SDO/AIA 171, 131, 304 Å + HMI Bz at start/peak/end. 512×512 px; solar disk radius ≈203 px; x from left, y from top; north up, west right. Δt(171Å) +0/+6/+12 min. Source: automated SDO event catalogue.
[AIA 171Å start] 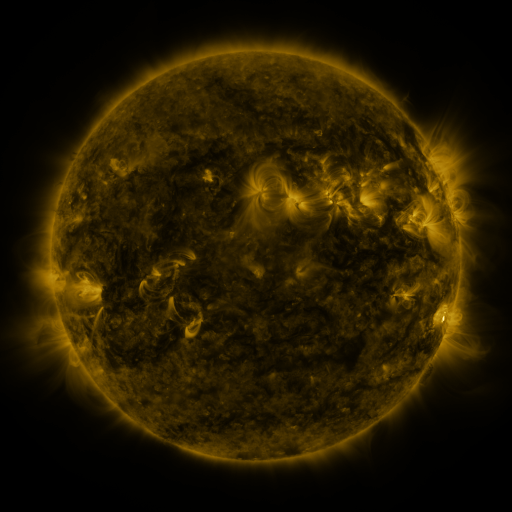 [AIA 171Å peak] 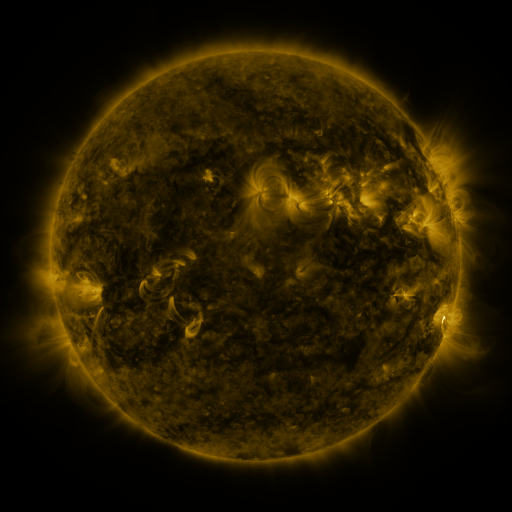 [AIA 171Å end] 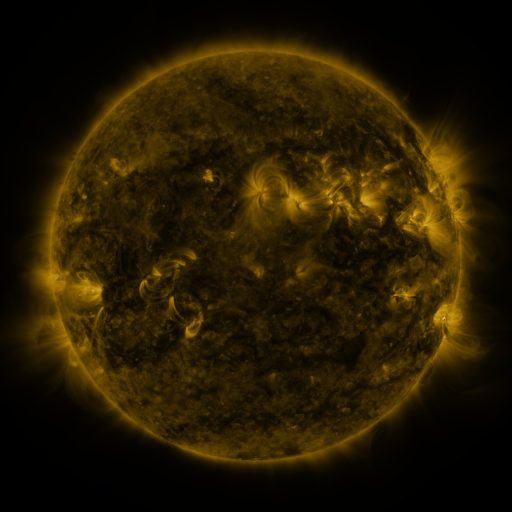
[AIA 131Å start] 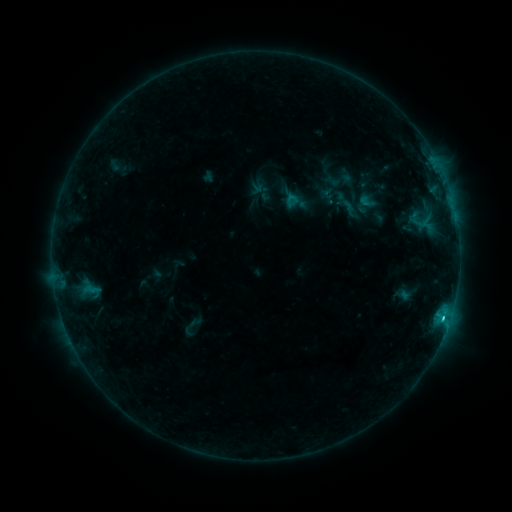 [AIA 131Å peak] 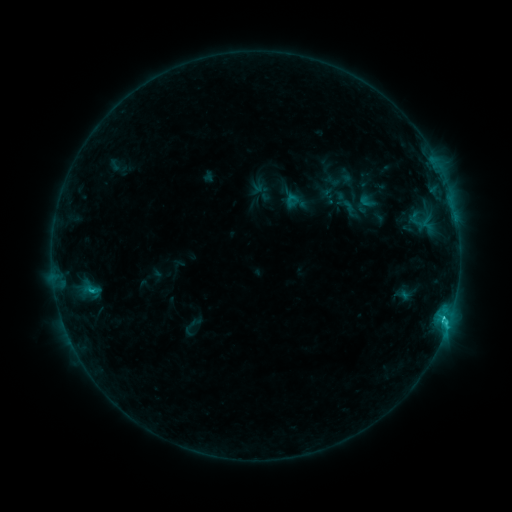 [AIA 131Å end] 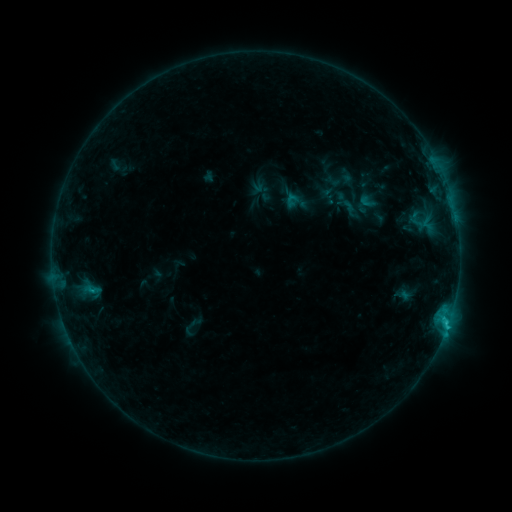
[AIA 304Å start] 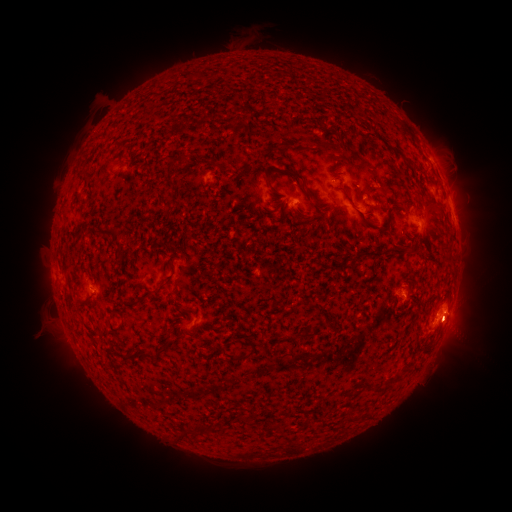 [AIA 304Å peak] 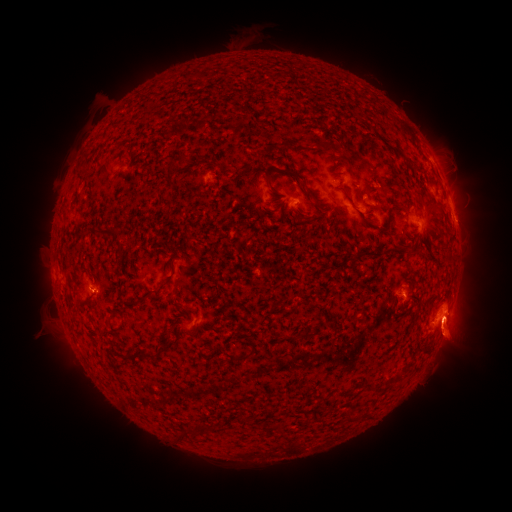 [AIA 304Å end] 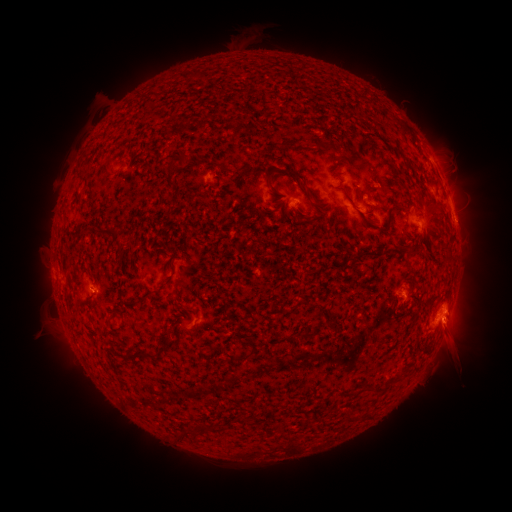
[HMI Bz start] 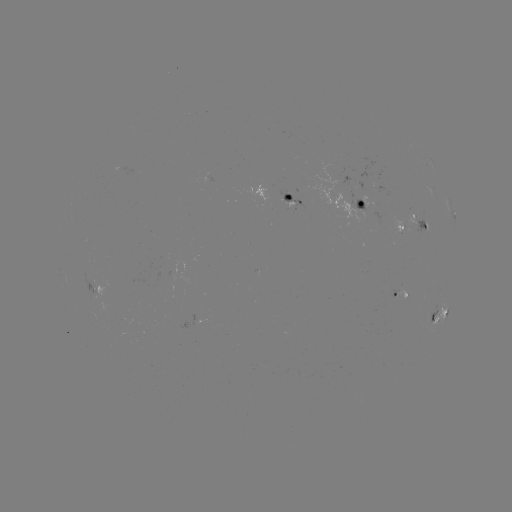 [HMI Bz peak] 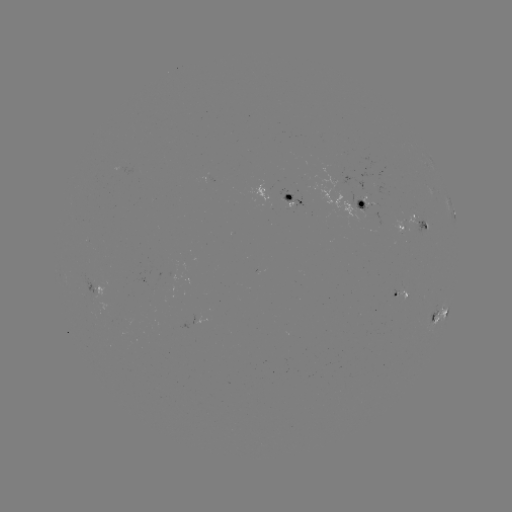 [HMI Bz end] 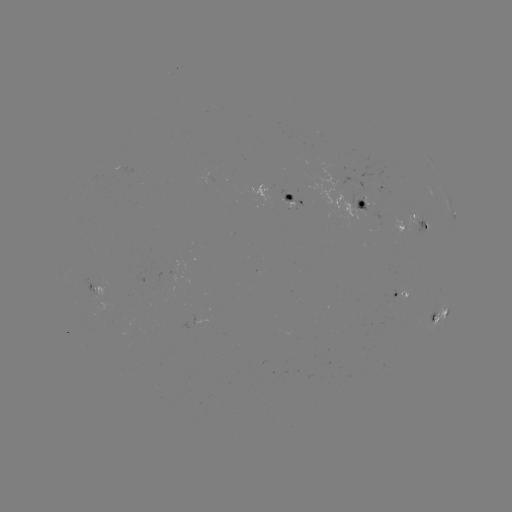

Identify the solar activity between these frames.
eruption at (453, 332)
